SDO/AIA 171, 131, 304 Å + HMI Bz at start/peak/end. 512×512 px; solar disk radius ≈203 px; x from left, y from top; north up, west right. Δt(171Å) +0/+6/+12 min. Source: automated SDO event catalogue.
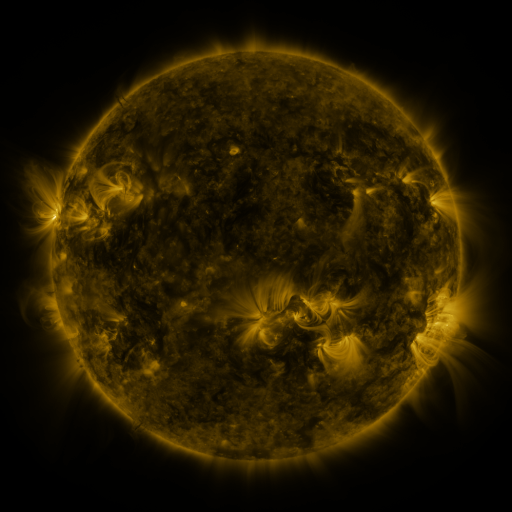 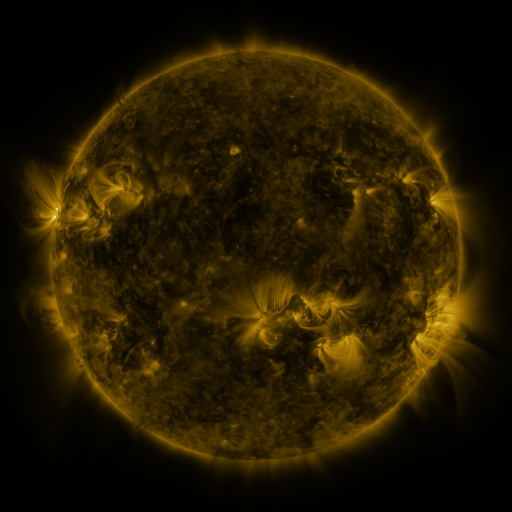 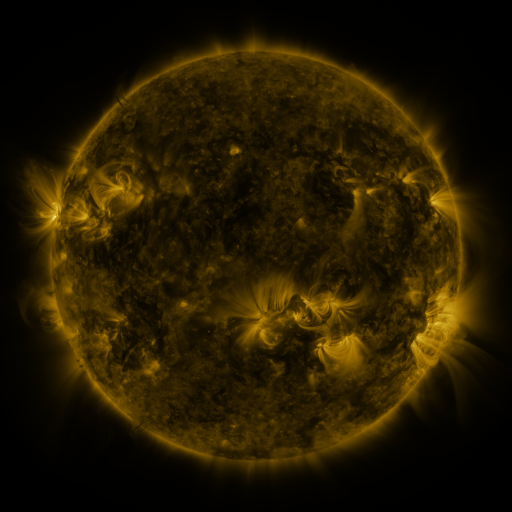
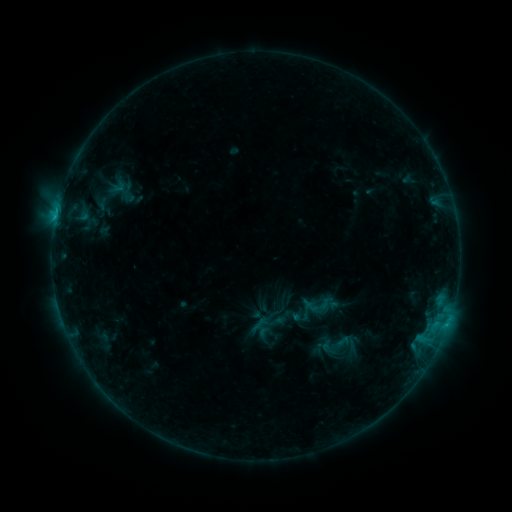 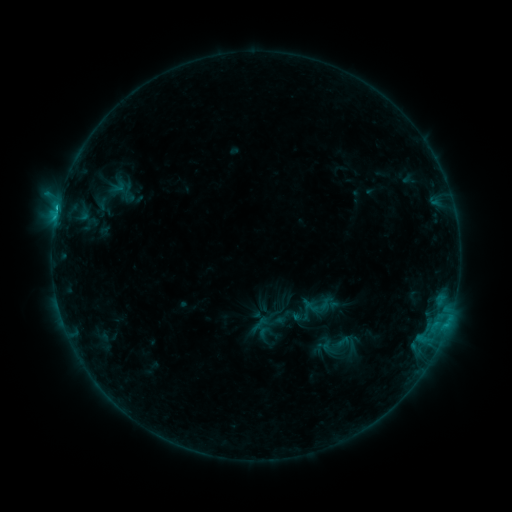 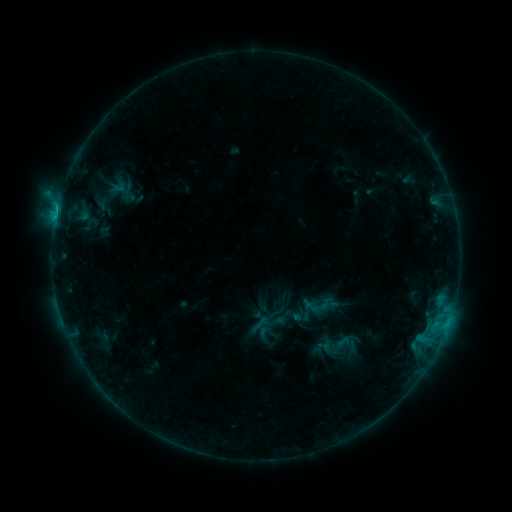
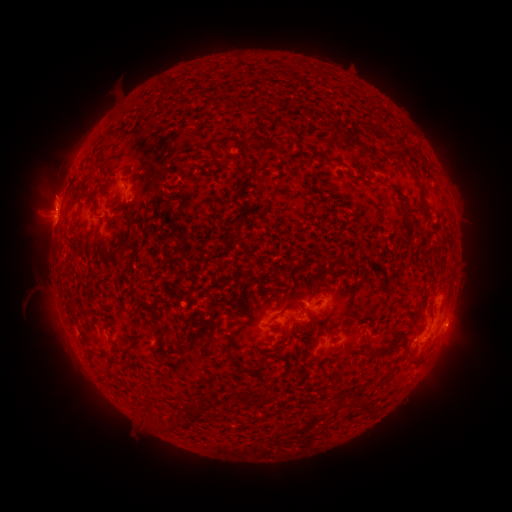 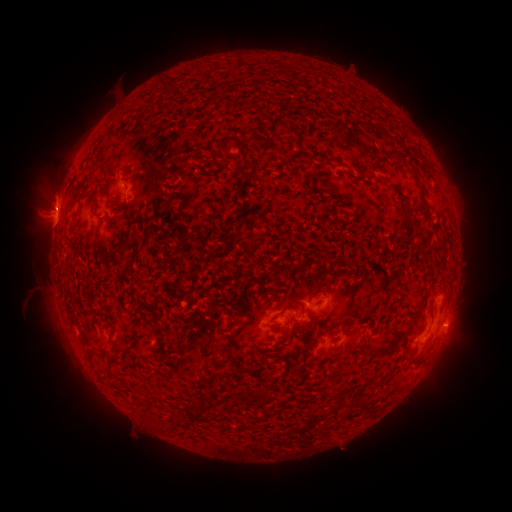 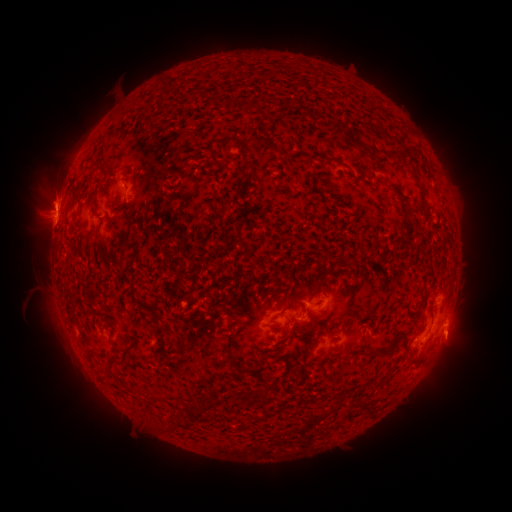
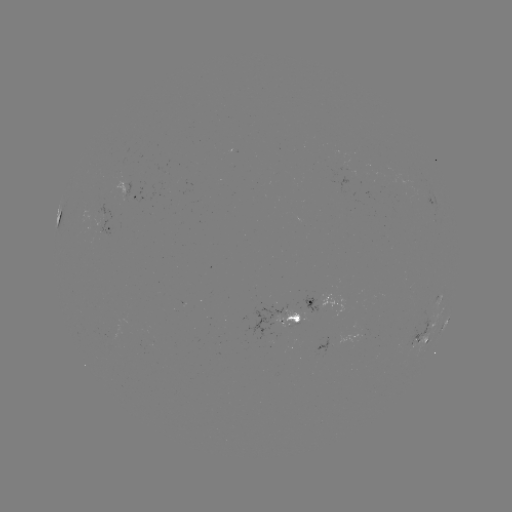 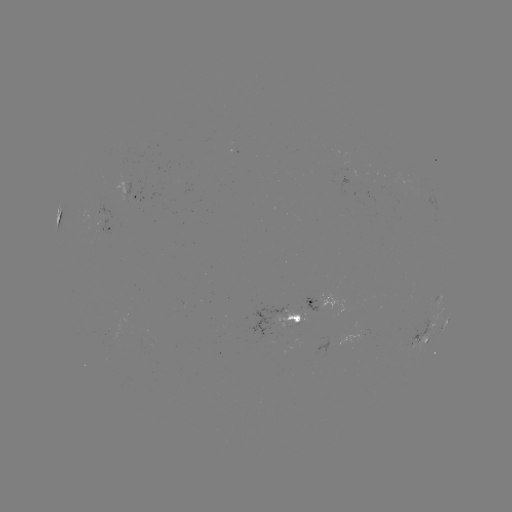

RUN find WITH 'C1.0 flare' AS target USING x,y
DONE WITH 58,209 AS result